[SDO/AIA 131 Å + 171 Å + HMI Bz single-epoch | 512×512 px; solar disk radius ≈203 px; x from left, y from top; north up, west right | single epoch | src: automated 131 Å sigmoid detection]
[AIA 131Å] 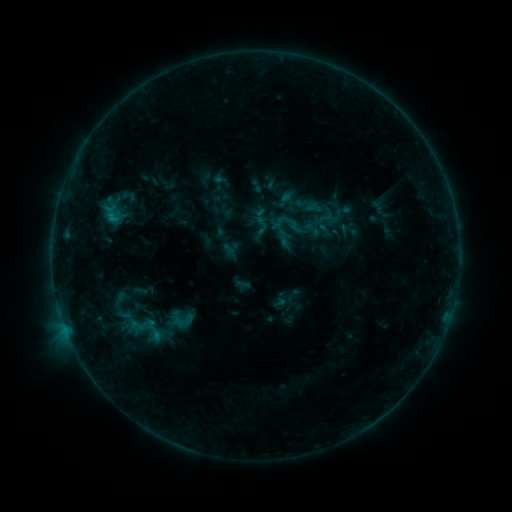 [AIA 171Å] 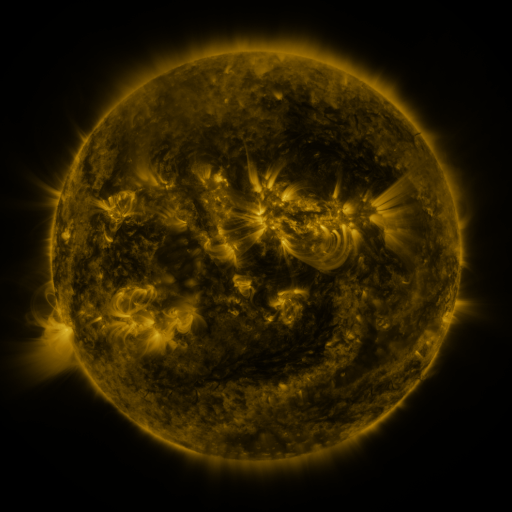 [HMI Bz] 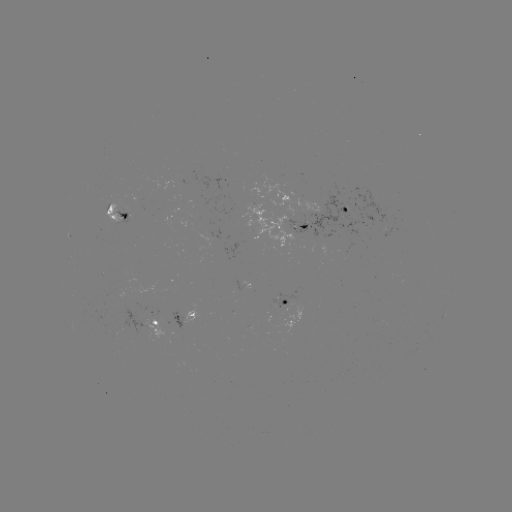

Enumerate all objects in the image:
sigmoid: (261, 225)
